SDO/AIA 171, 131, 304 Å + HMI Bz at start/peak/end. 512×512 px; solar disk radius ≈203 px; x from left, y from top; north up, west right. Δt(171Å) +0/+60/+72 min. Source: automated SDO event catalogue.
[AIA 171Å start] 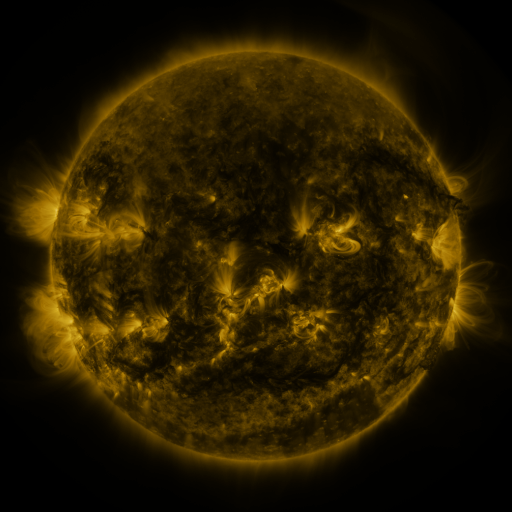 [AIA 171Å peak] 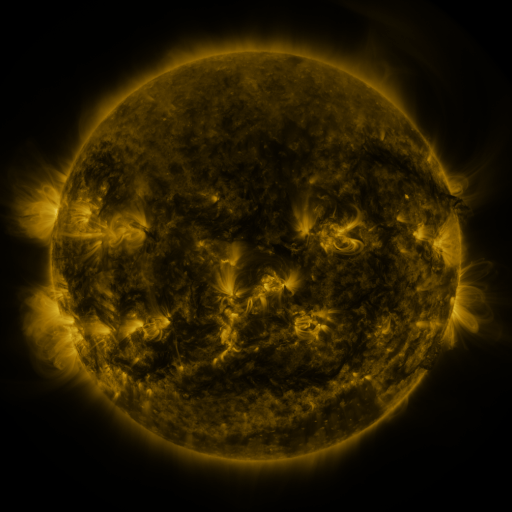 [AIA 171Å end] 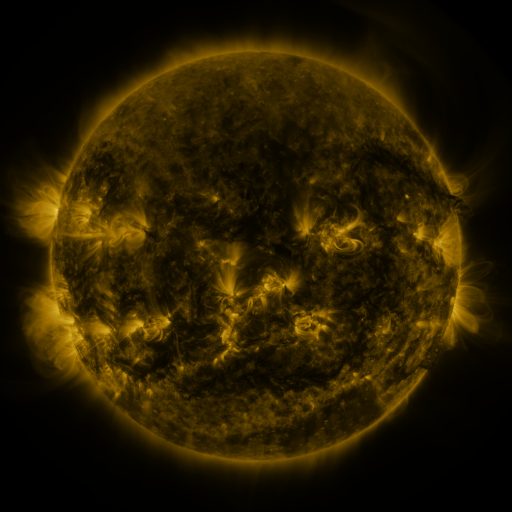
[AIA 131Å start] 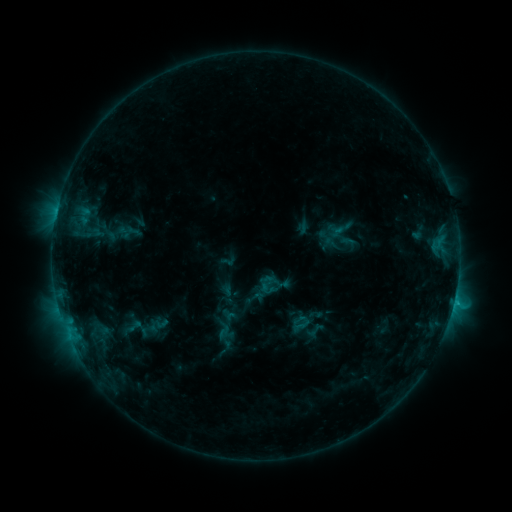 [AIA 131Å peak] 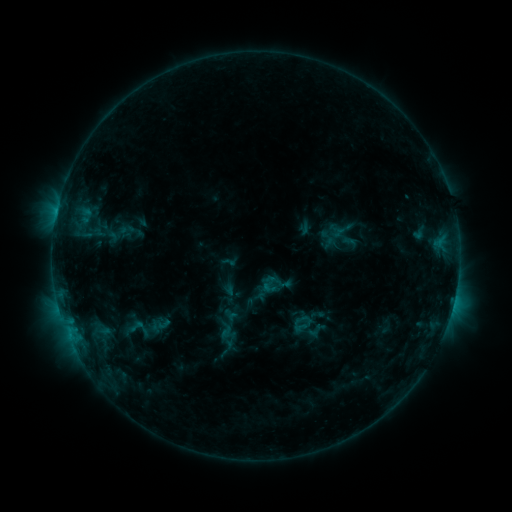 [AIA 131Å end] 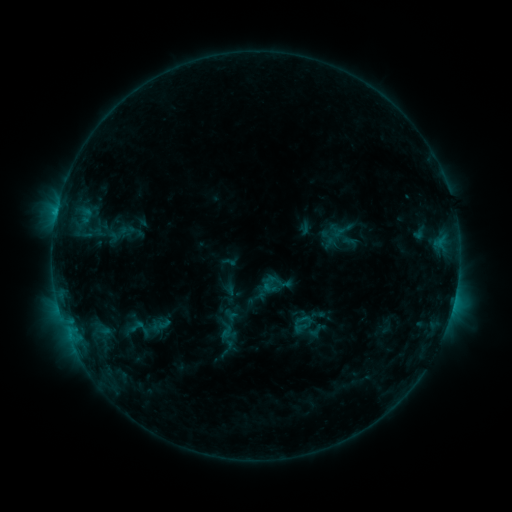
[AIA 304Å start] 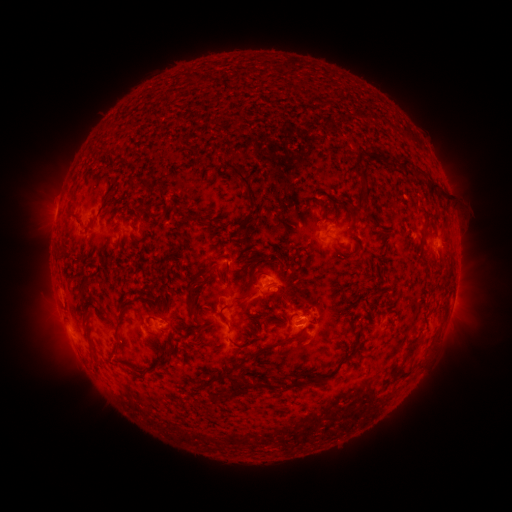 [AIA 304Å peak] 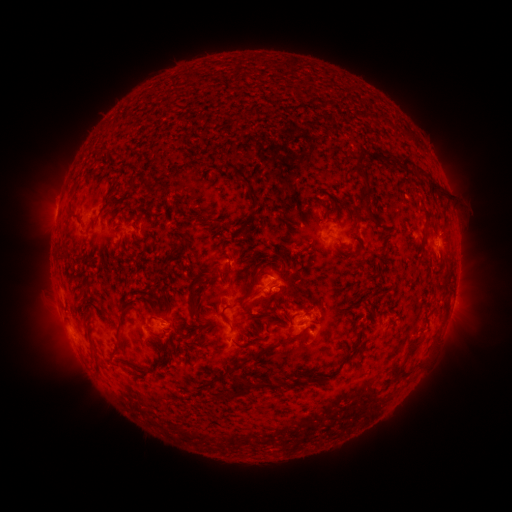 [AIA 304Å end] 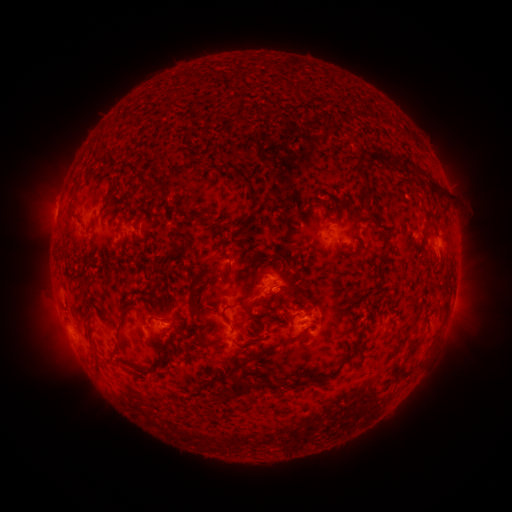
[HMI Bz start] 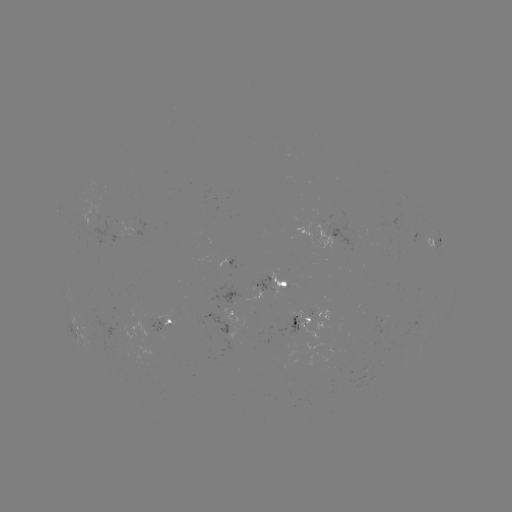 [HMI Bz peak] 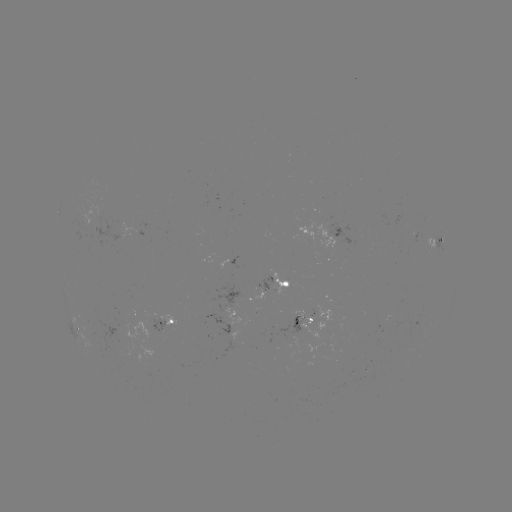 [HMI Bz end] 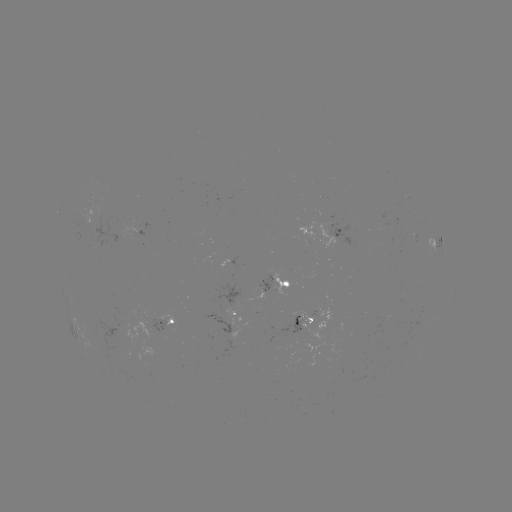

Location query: emerging-flux region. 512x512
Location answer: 88,221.